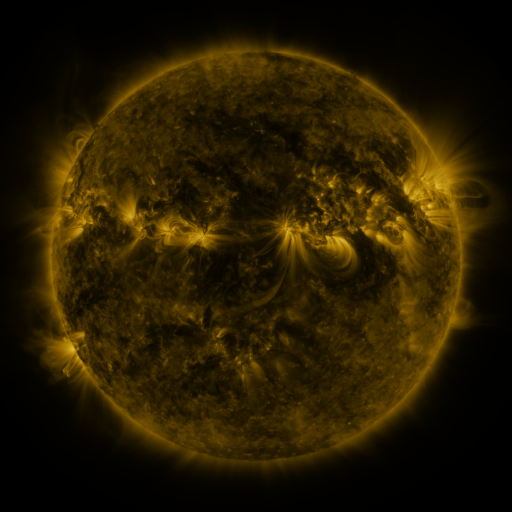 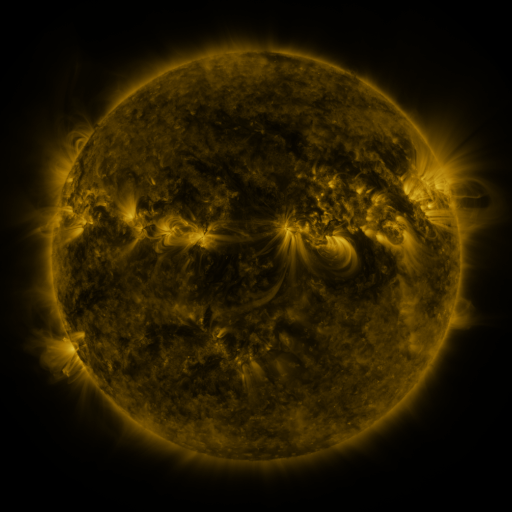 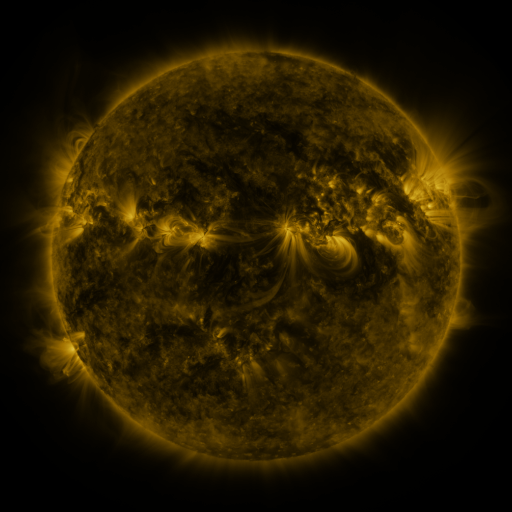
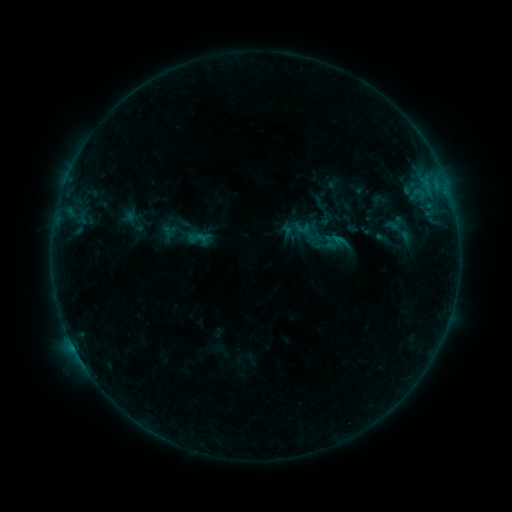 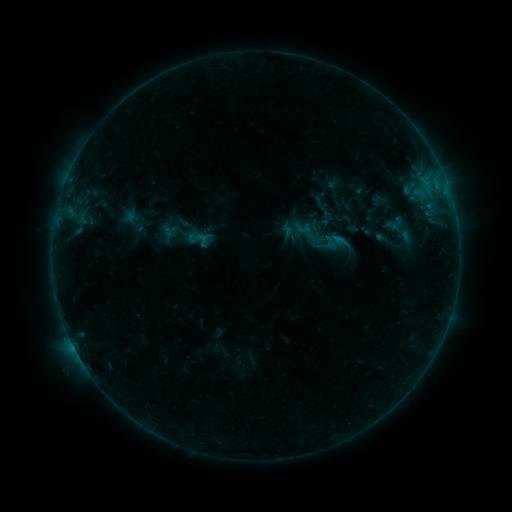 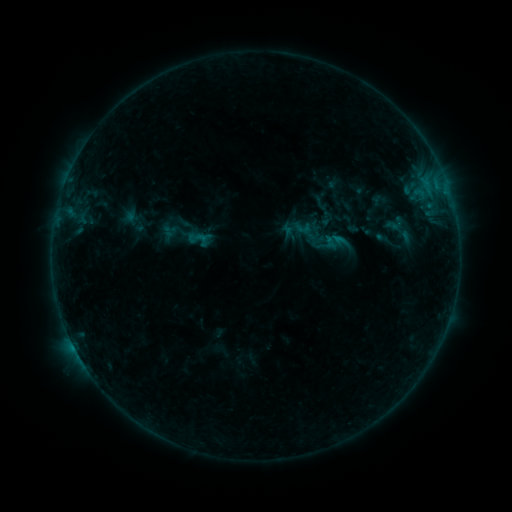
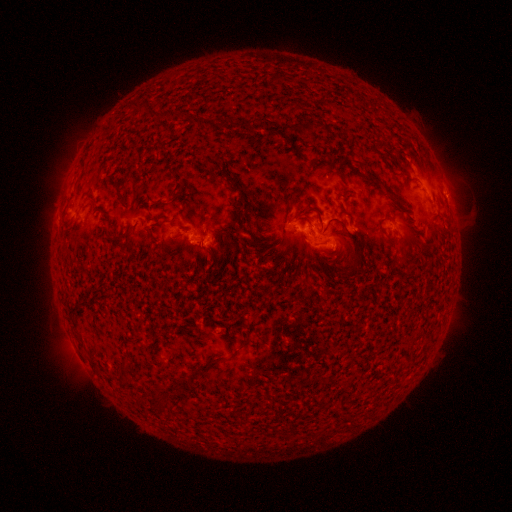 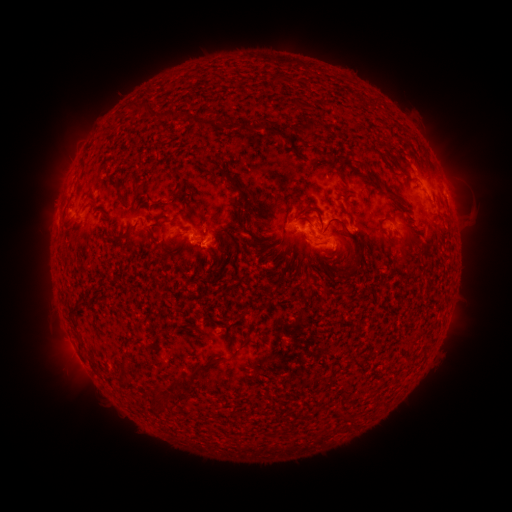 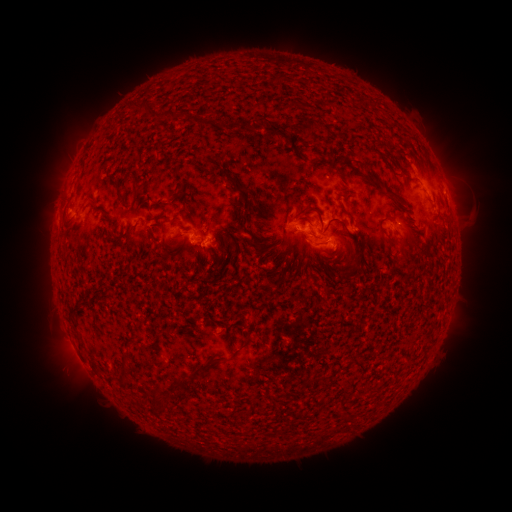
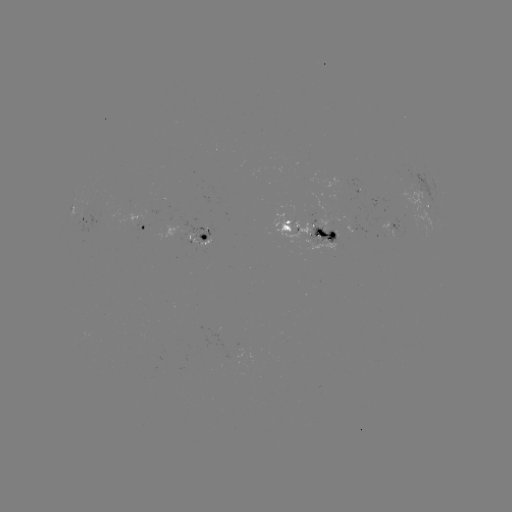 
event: eruption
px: (59, 187)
